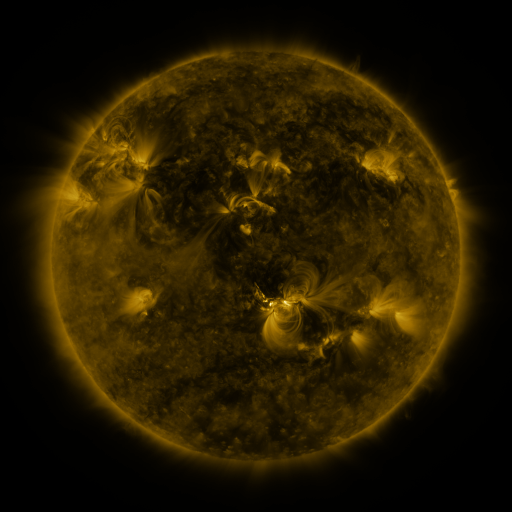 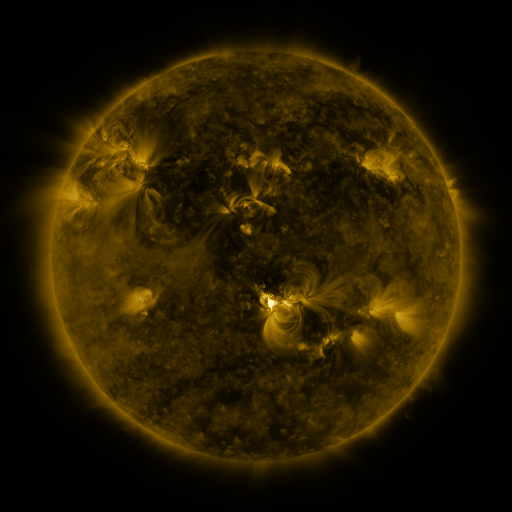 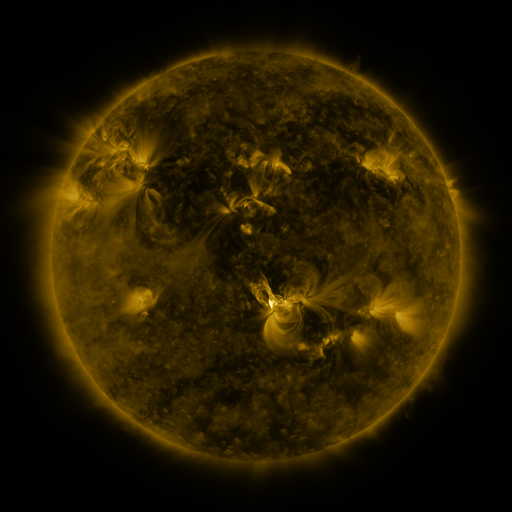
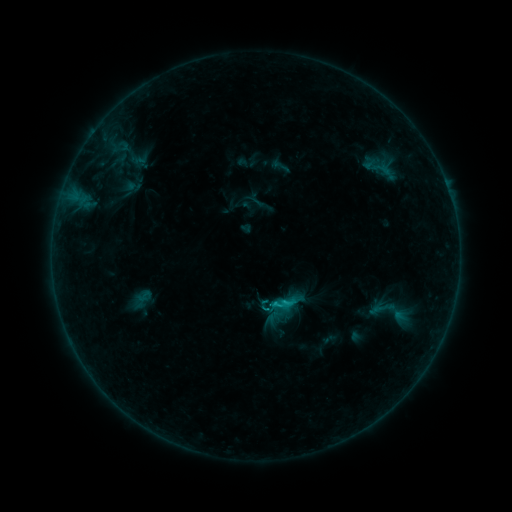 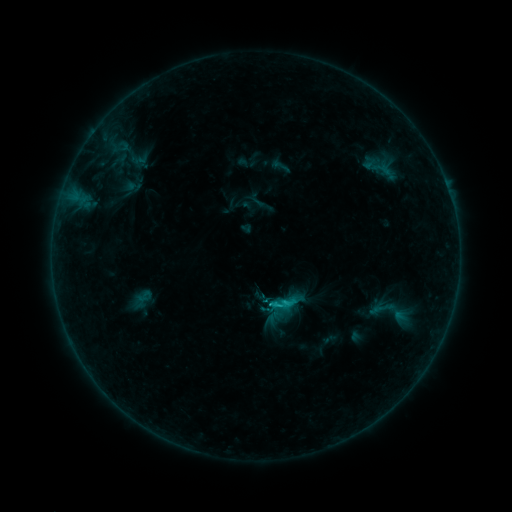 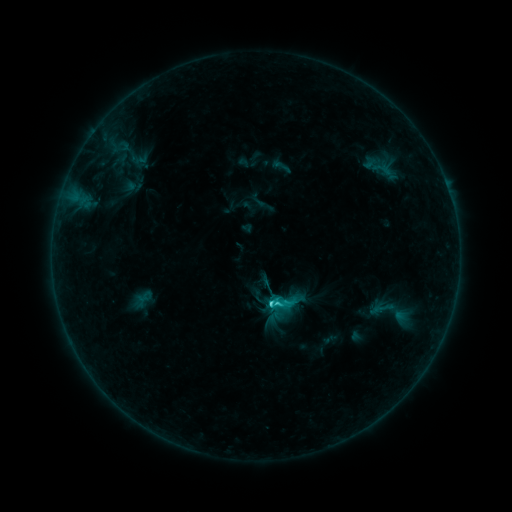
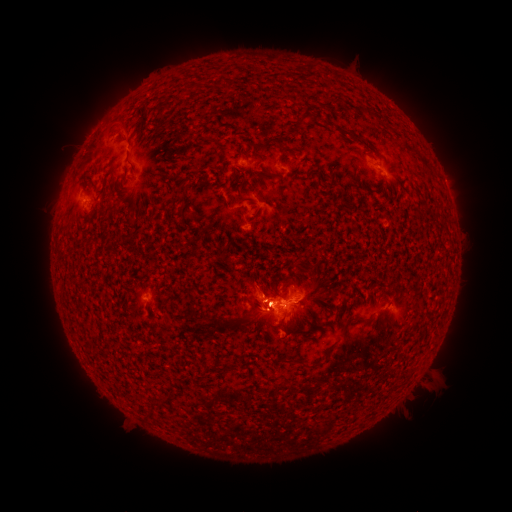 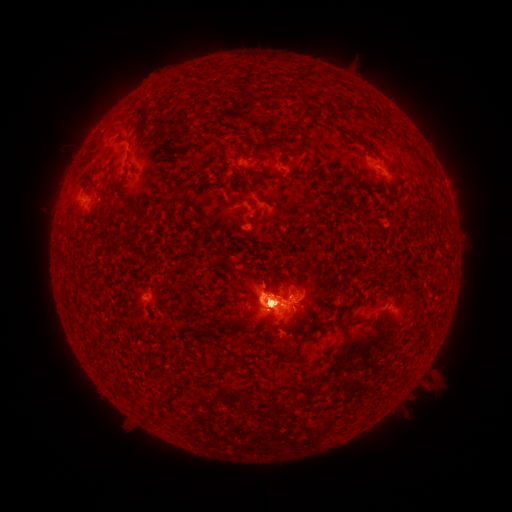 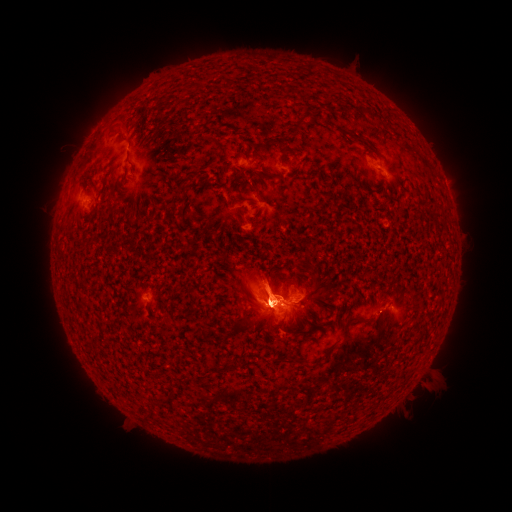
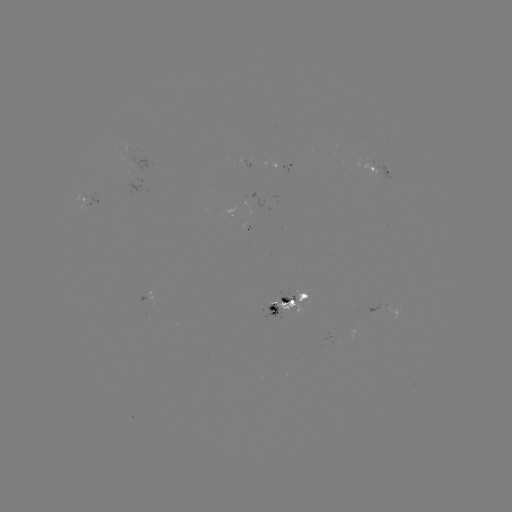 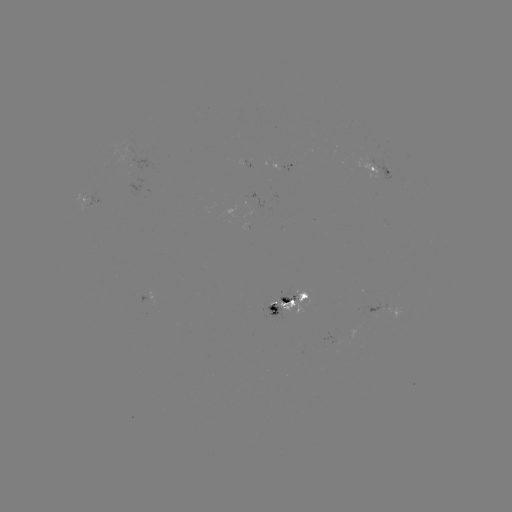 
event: eruption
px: (419, 384)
